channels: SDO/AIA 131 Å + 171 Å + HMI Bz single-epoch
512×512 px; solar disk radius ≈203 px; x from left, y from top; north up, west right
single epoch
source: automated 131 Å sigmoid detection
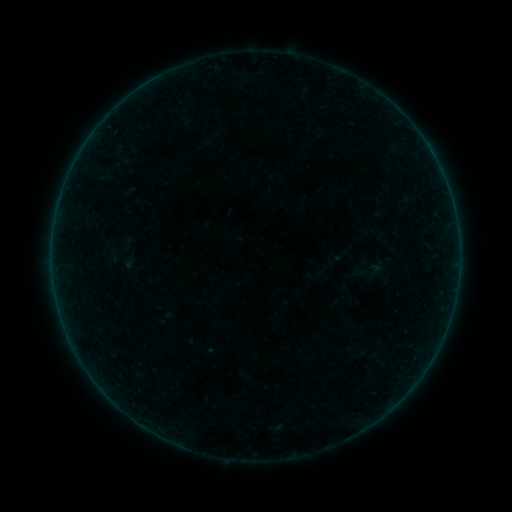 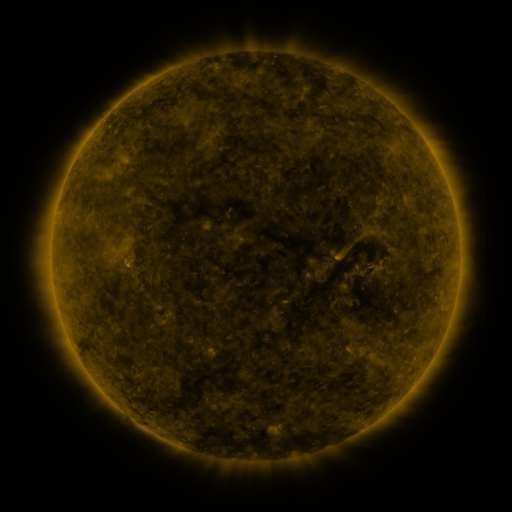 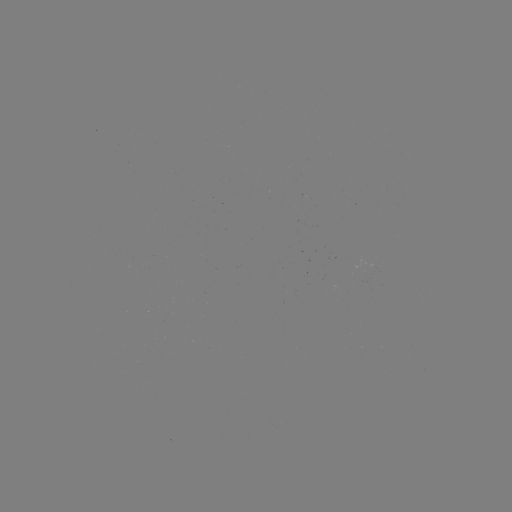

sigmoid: [354, 251, 386, 288]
